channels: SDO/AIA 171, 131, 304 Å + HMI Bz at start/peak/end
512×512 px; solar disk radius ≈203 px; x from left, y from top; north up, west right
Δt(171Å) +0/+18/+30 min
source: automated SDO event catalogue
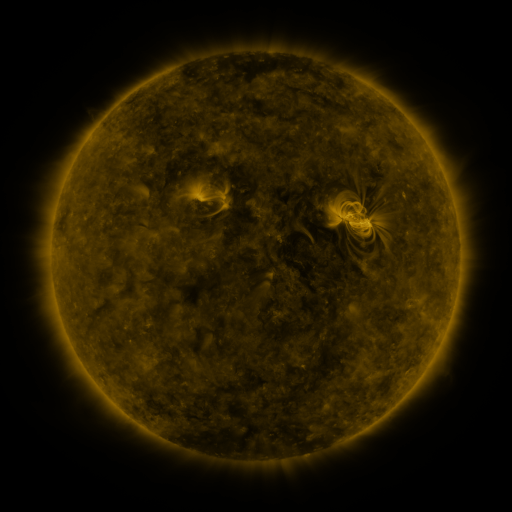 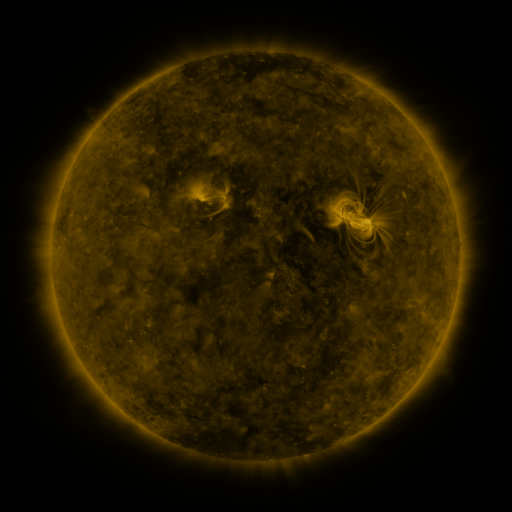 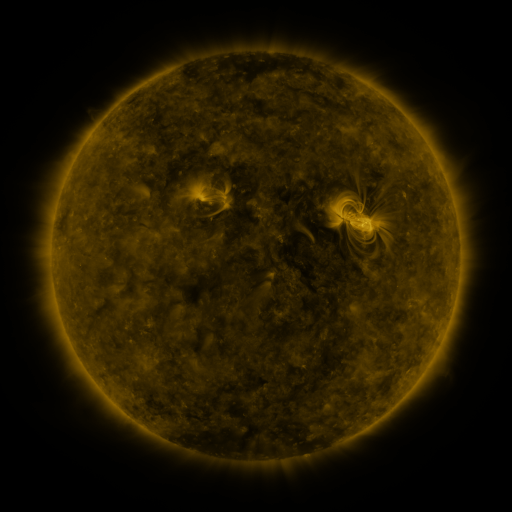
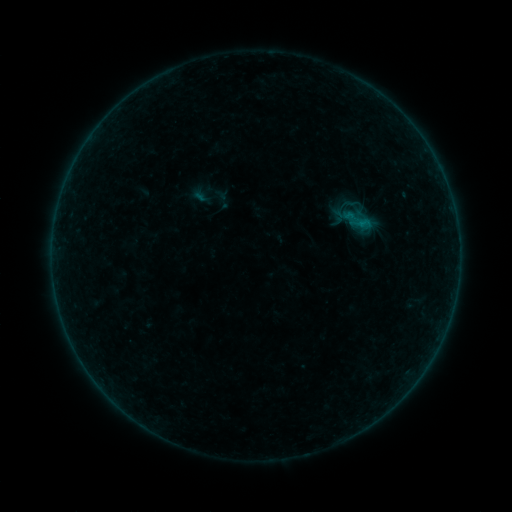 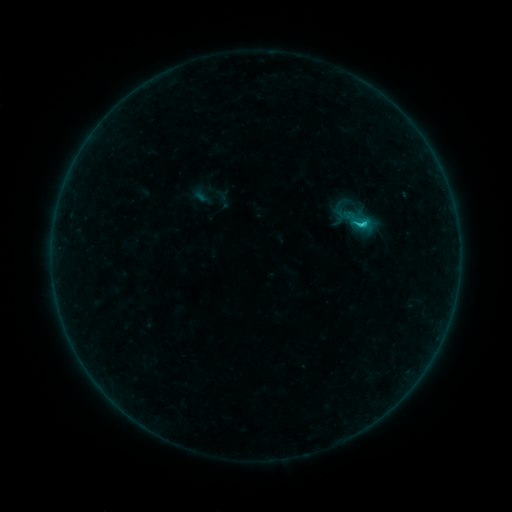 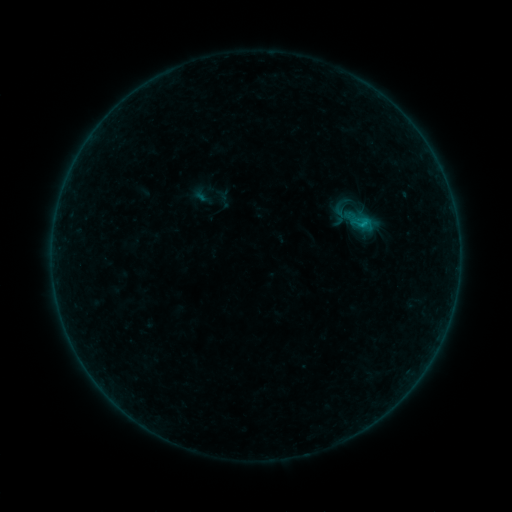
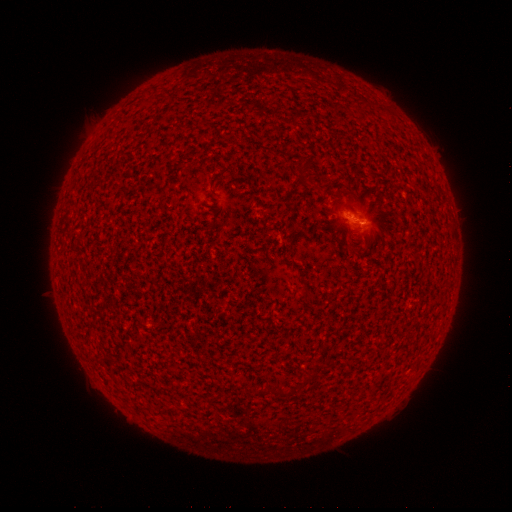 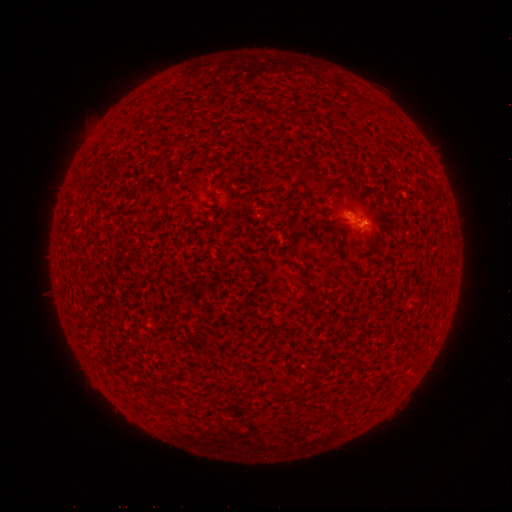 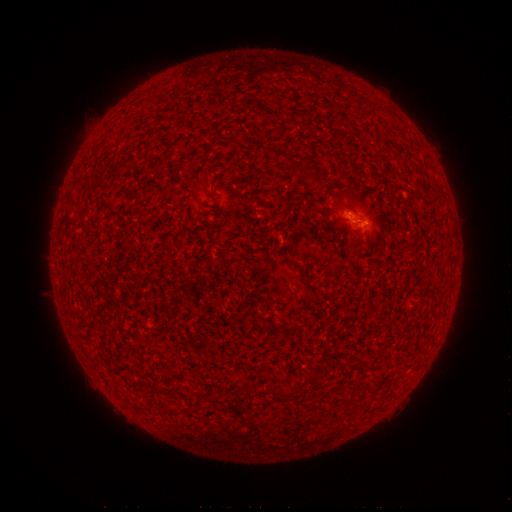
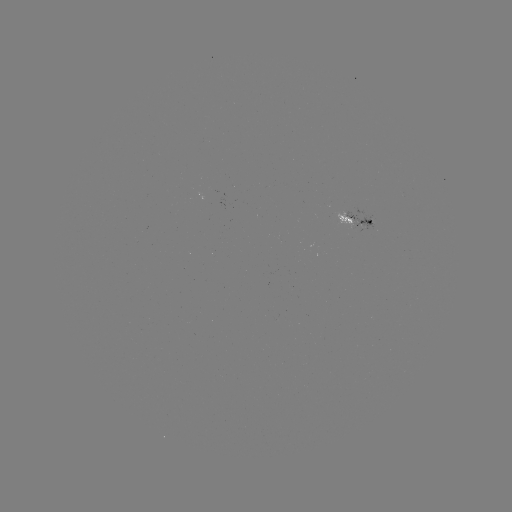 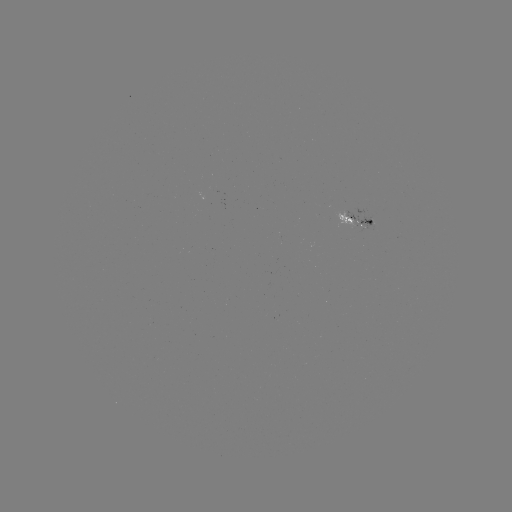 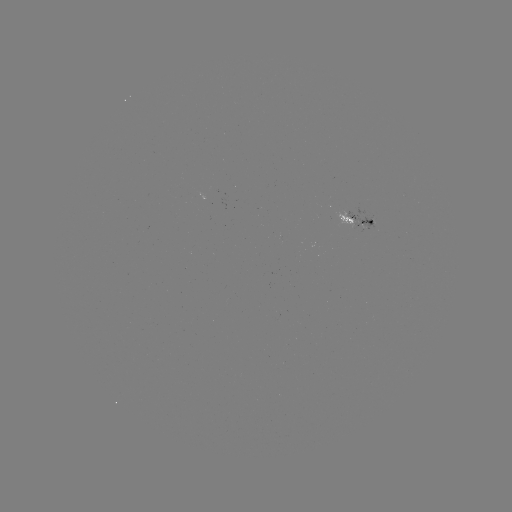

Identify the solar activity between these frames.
B8.6 flare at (360, 224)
